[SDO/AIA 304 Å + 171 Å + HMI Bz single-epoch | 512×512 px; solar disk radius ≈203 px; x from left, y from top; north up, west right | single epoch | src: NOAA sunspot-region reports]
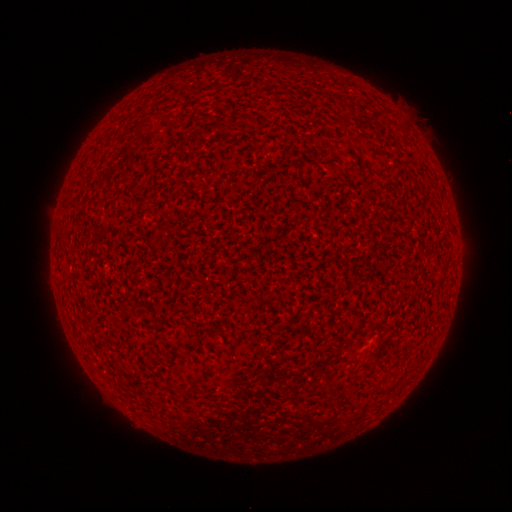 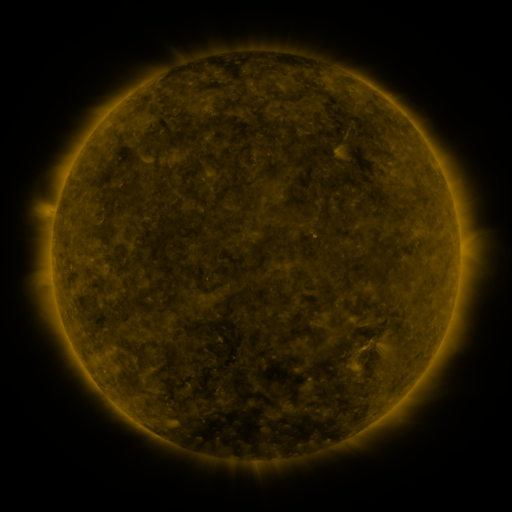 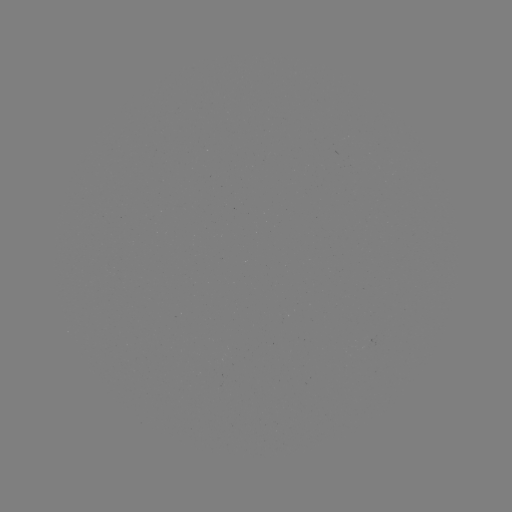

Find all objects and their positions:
(none)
